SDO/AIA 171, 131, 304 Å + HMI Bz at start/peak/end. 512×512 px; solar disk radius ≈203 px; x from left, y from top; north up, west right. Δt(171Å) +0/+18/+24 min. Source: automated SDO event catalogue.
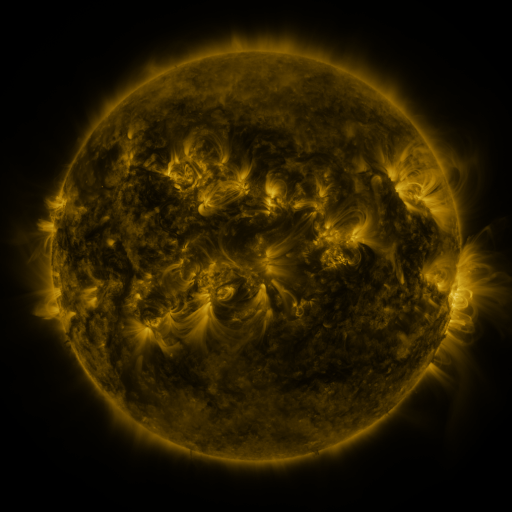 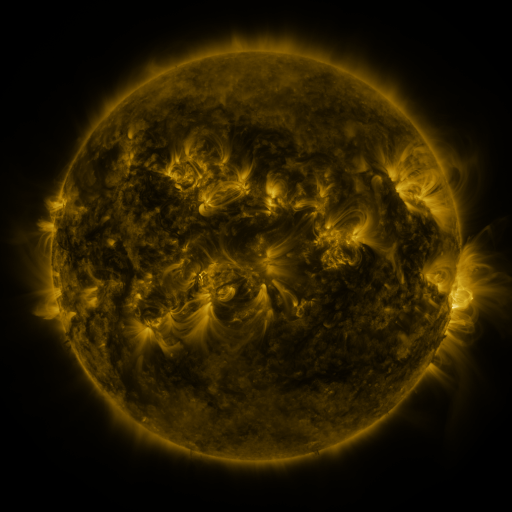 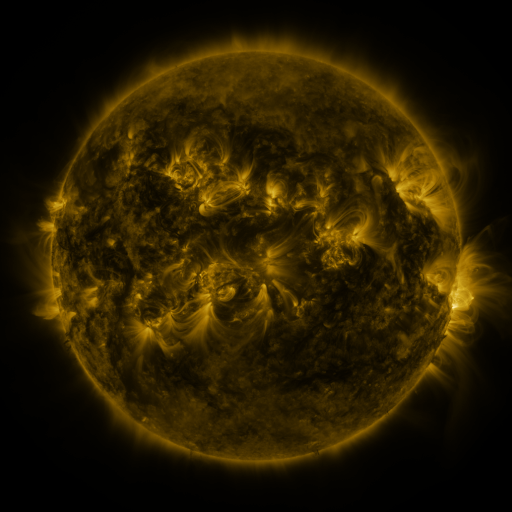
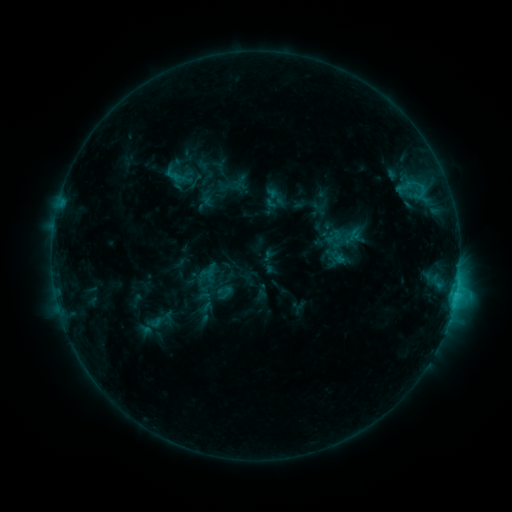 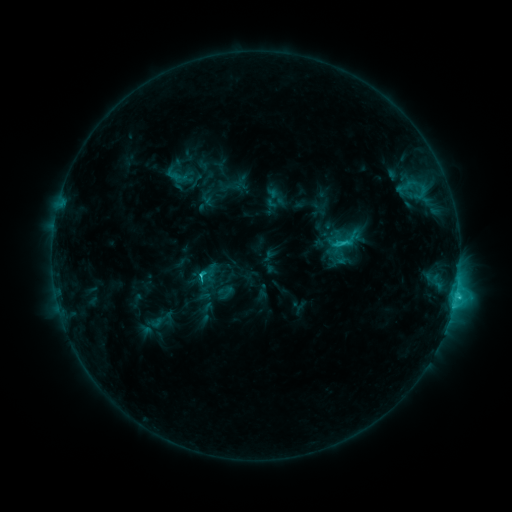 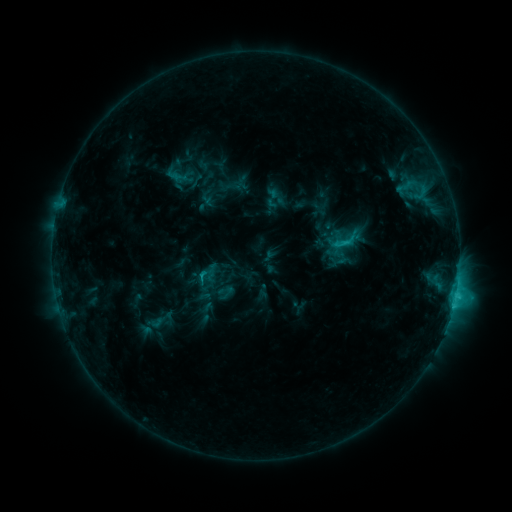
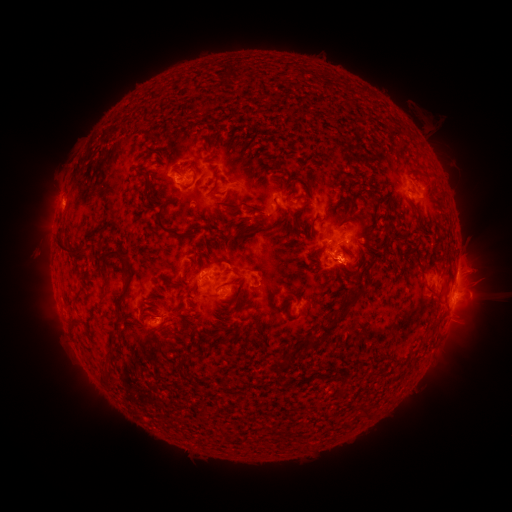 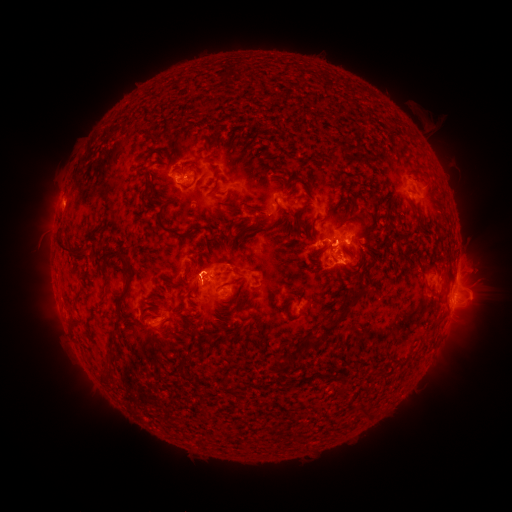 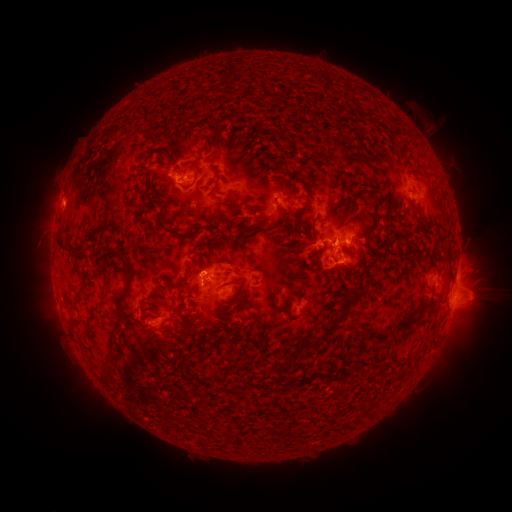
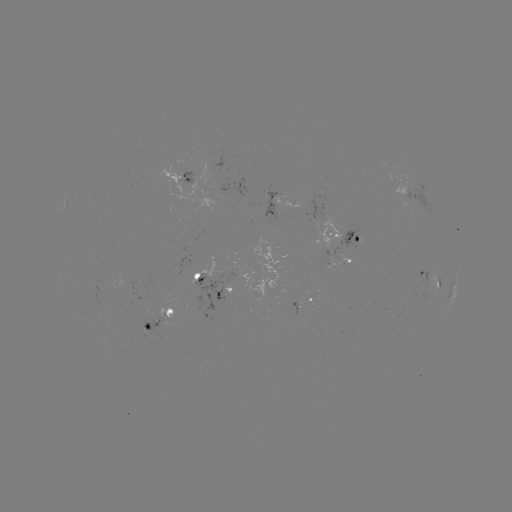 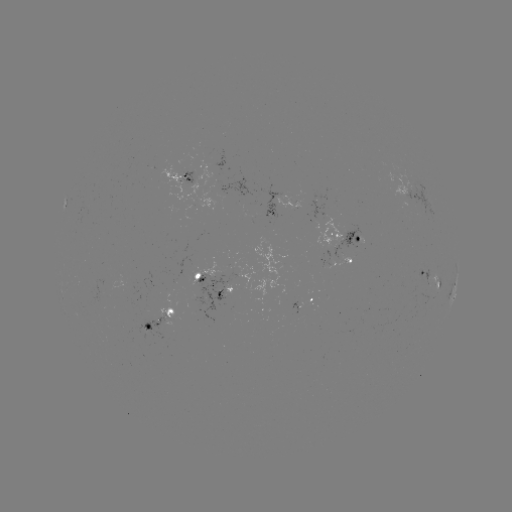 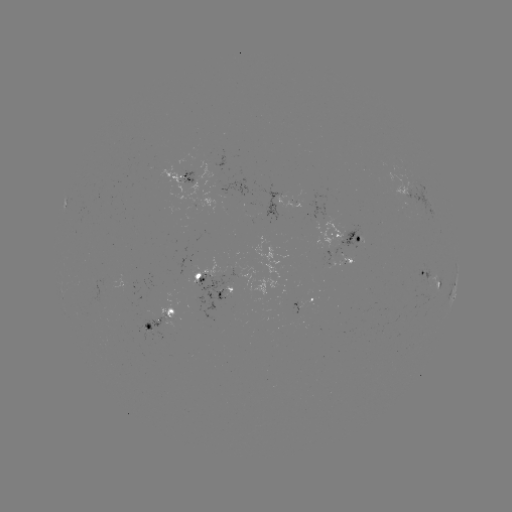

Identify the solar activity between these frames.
C3.1 flare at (455, 293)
